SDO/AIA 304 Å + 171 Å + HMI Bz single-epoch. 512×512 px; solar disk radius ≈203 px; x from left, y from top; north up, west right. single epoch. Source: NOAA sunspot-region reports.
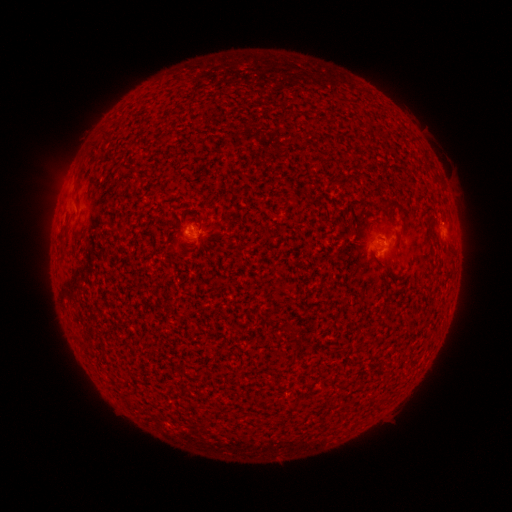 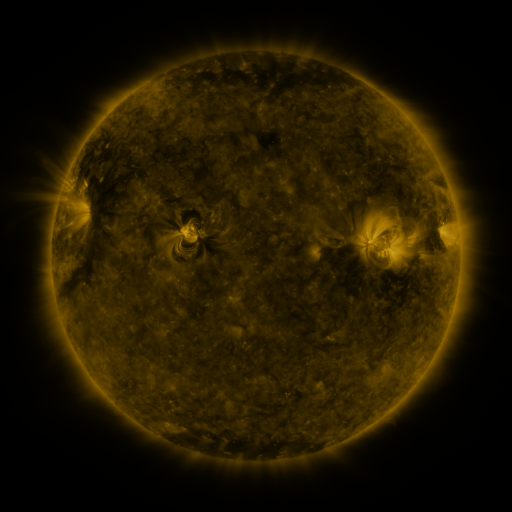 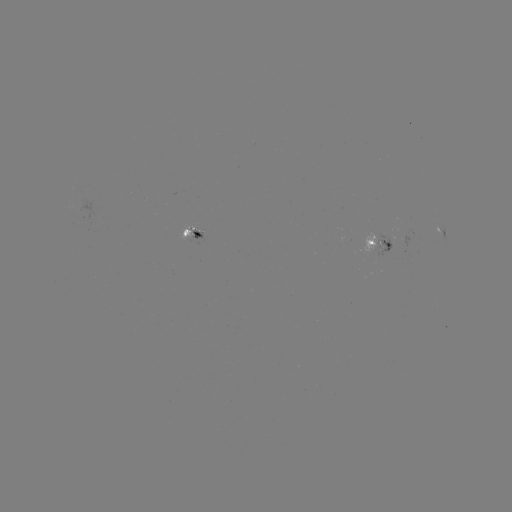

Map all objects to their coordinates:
spotted active region: (441, 230)
spotted active region: (186, 233)
spotted active region: (381, 242)
